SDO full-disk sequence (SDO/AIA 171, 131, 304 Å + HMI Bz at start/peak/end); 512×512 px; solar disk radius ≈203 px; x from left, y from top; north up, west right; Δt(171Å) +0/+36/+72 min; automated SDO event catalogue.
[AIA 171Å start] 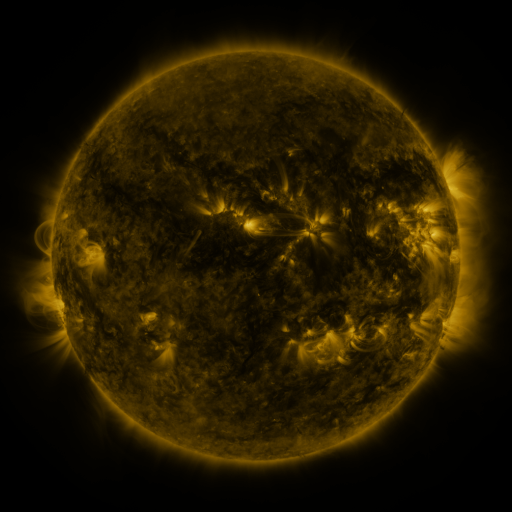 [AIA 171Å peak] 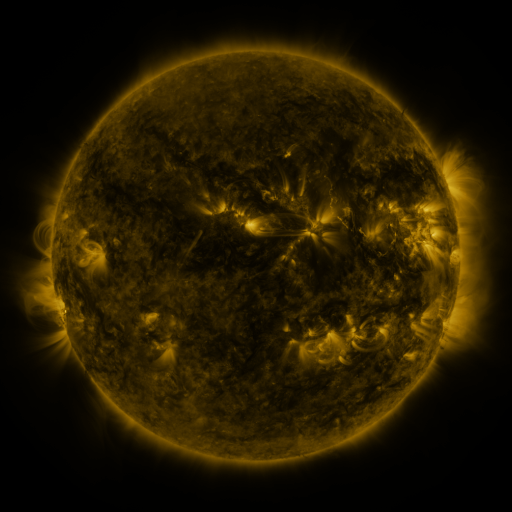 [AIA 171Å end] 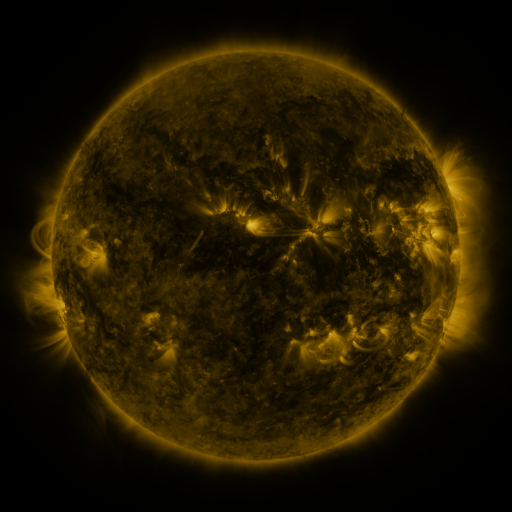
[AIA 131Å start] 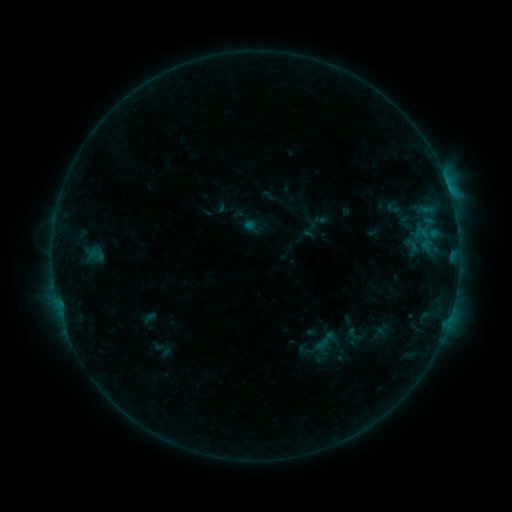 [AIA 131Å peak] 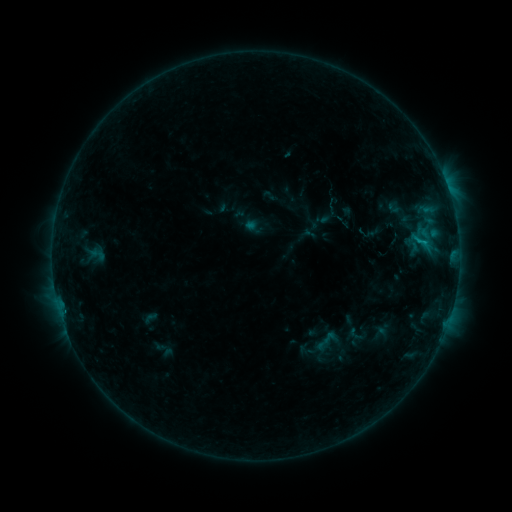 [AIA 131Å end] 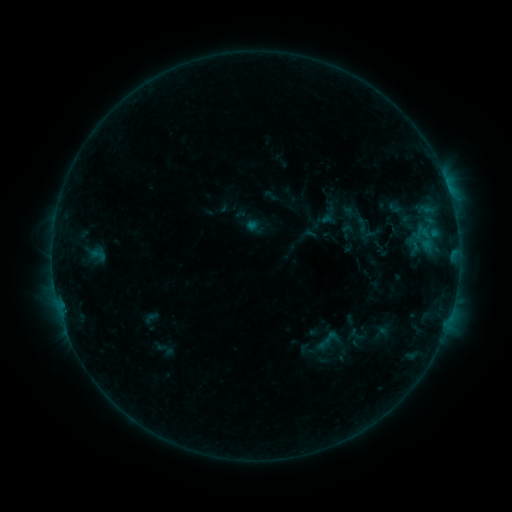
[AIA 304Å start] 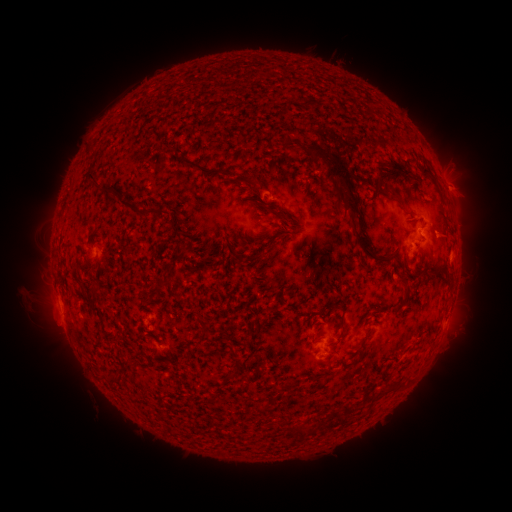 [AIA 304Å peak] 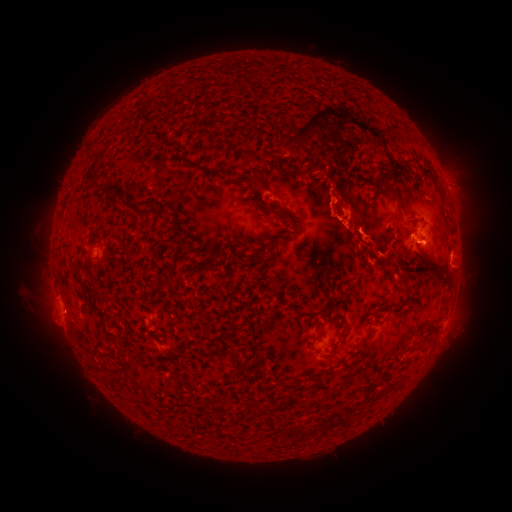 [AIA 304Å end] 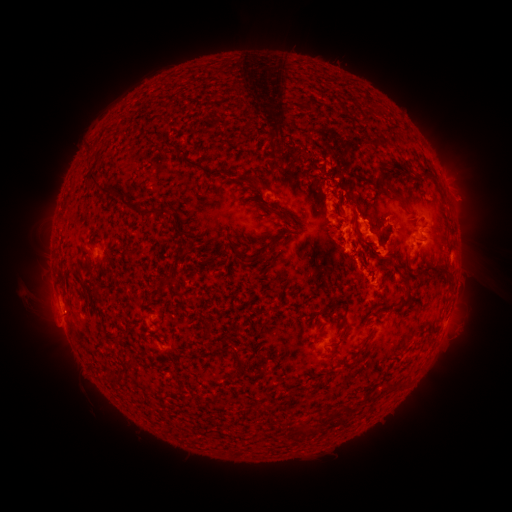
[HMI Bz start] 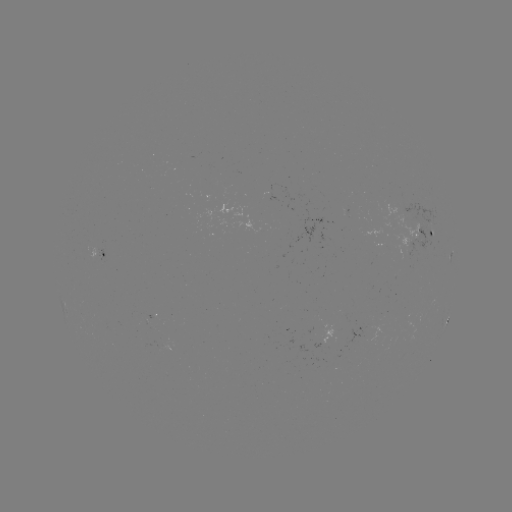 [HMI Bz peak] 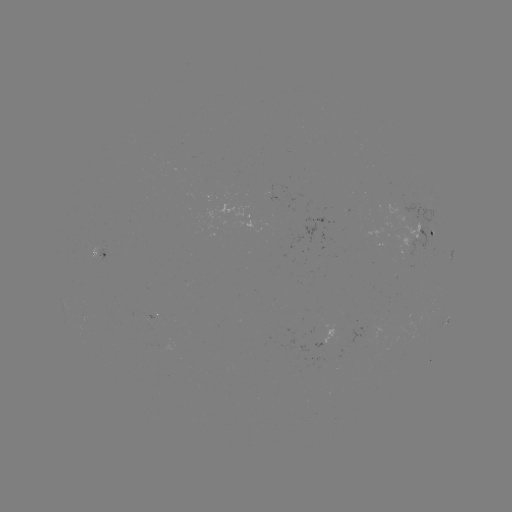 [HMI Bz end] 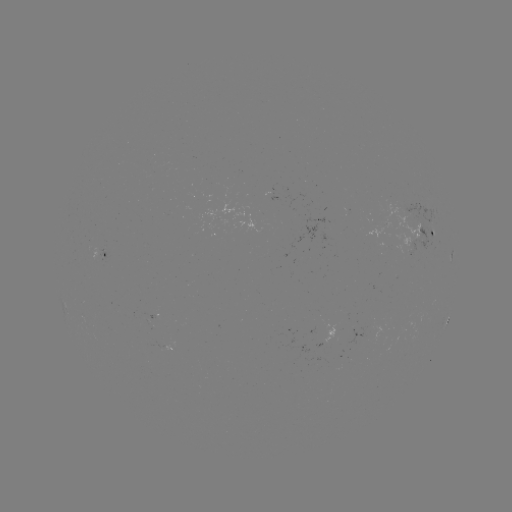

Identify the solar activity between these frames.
eruption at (361, 180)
